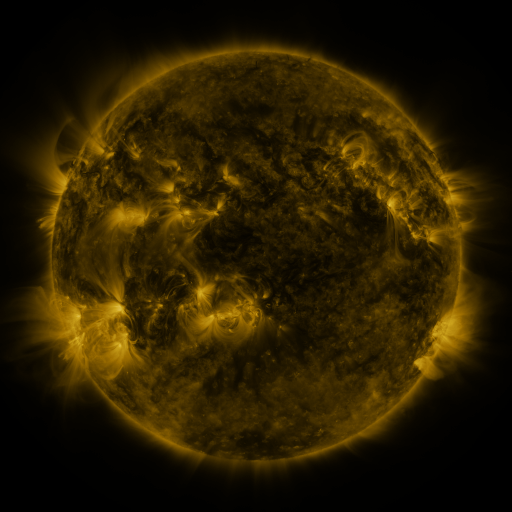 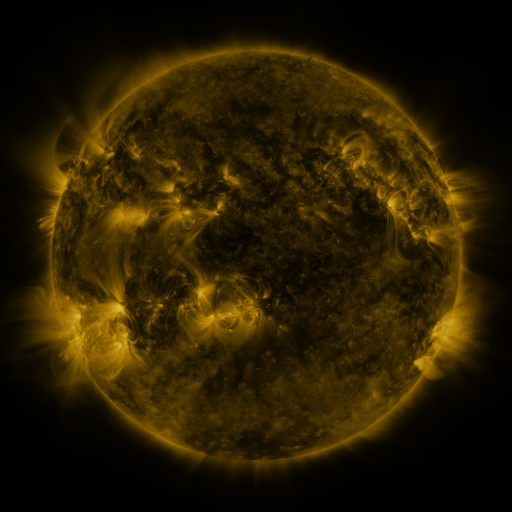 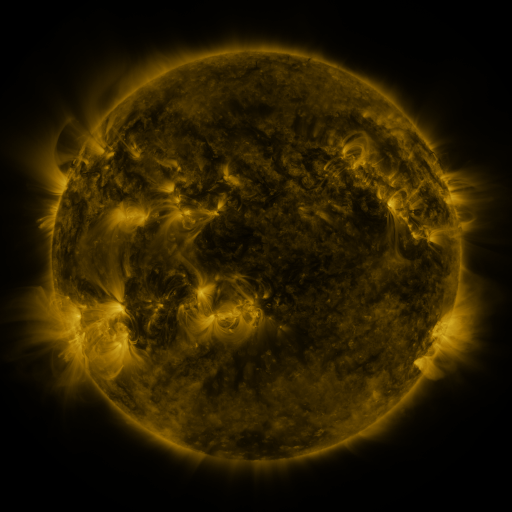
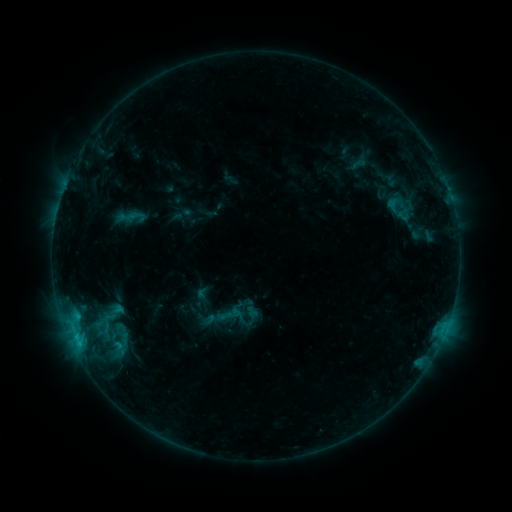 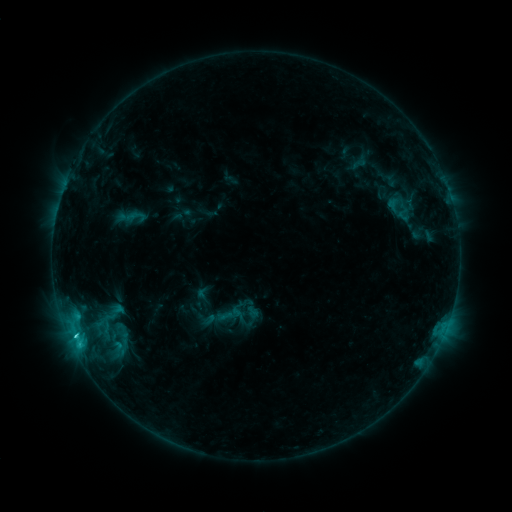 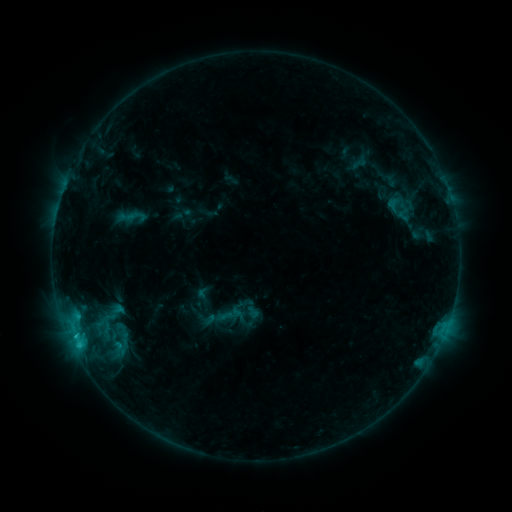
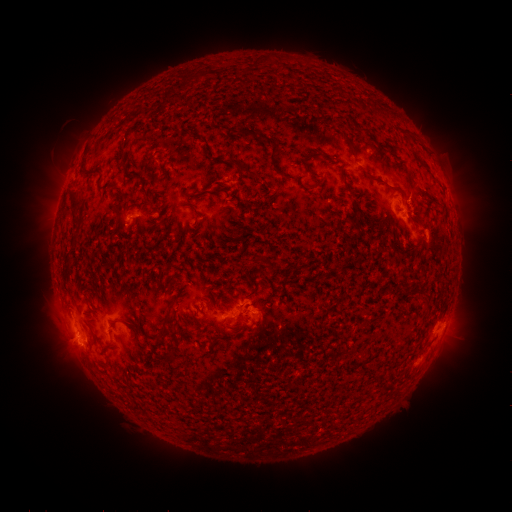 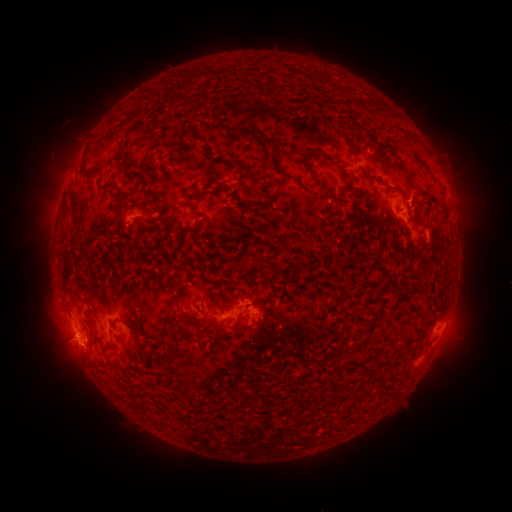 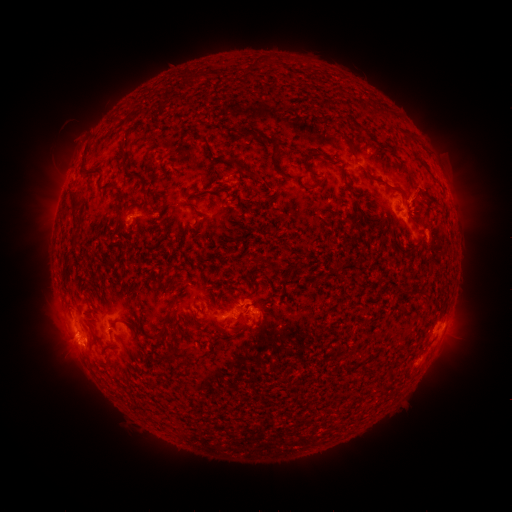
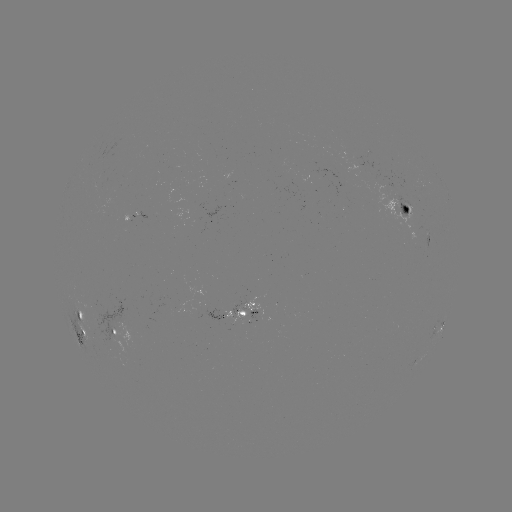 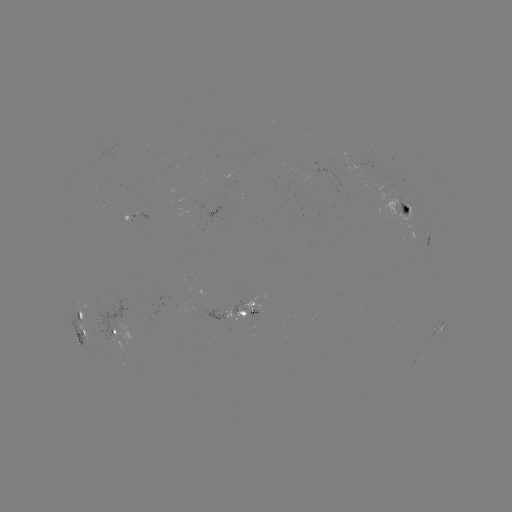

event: flare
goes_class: C1.5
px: (75, 333)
